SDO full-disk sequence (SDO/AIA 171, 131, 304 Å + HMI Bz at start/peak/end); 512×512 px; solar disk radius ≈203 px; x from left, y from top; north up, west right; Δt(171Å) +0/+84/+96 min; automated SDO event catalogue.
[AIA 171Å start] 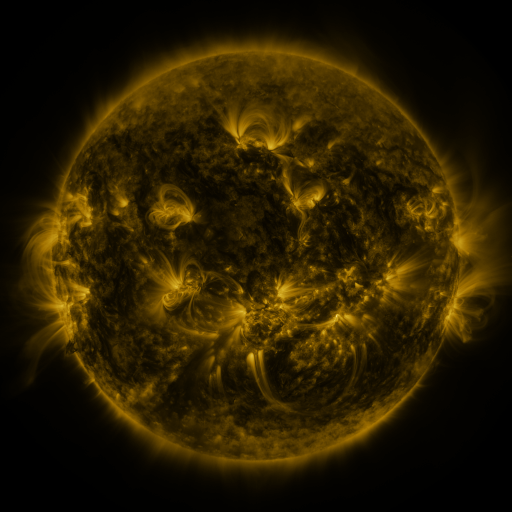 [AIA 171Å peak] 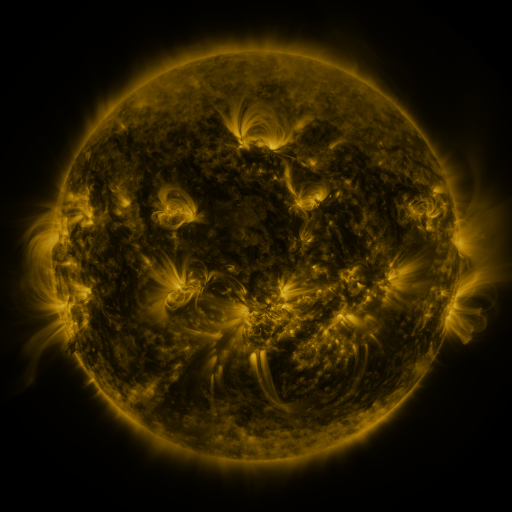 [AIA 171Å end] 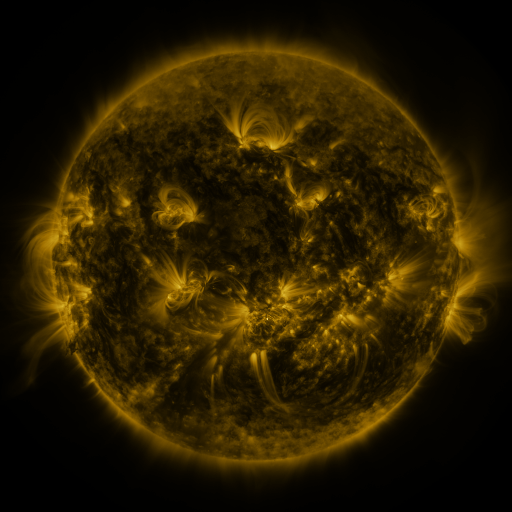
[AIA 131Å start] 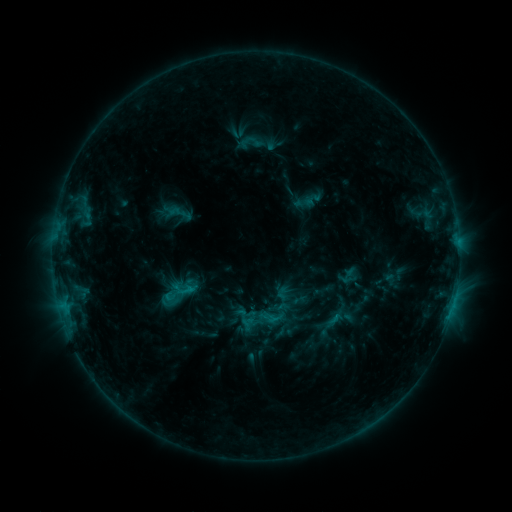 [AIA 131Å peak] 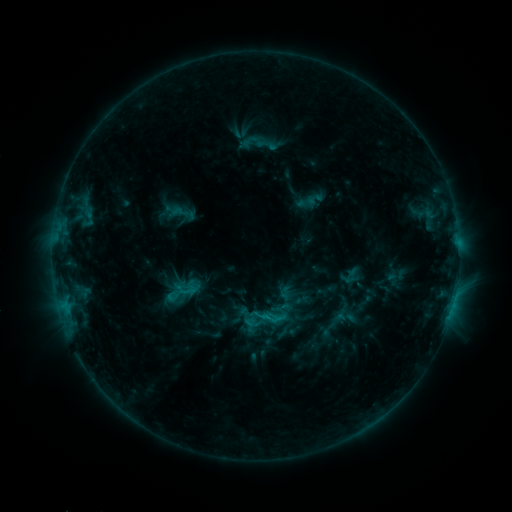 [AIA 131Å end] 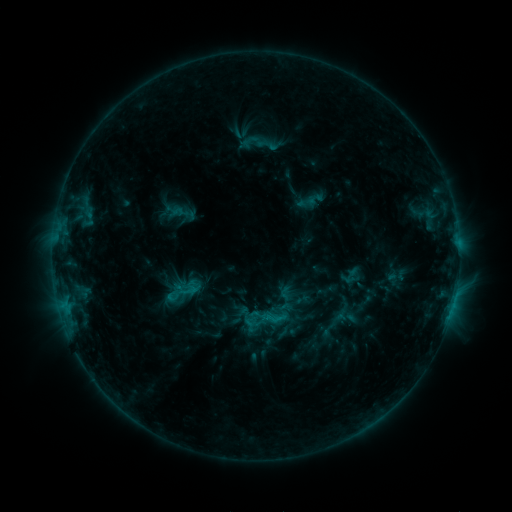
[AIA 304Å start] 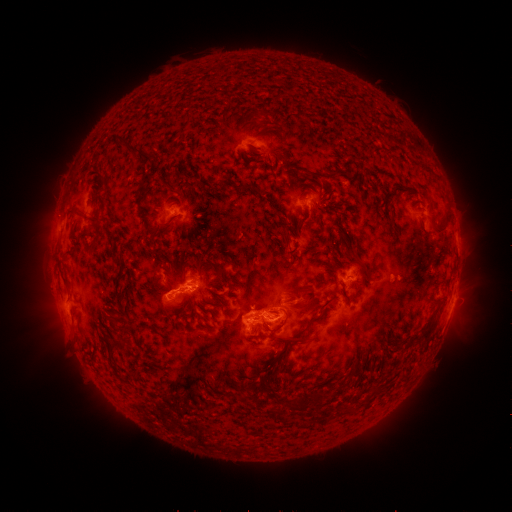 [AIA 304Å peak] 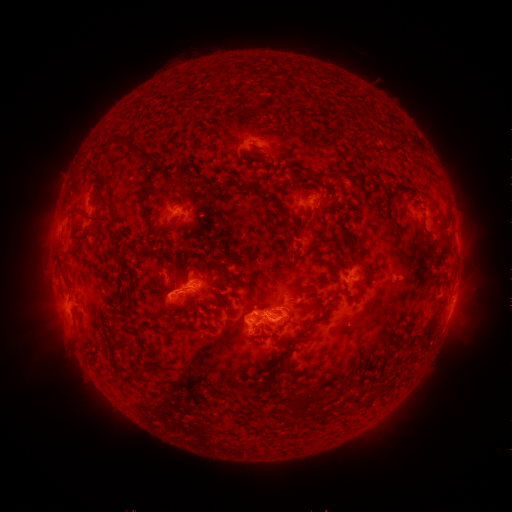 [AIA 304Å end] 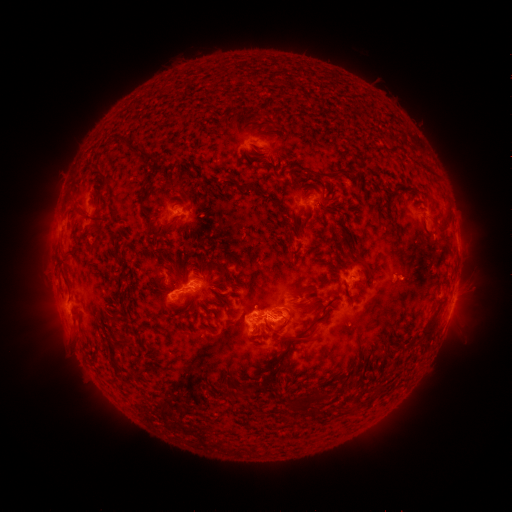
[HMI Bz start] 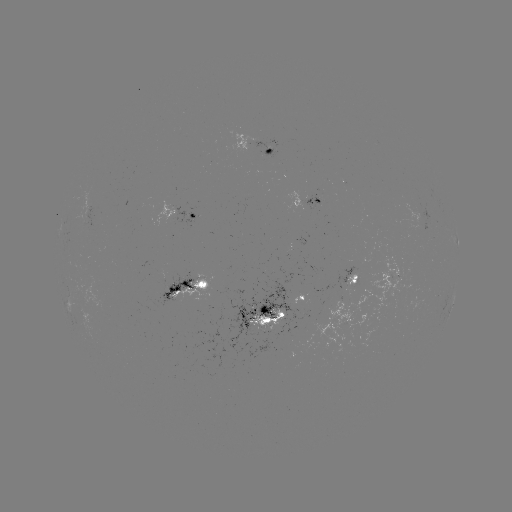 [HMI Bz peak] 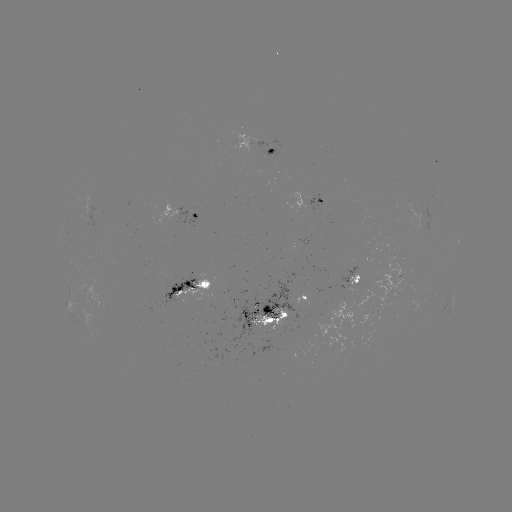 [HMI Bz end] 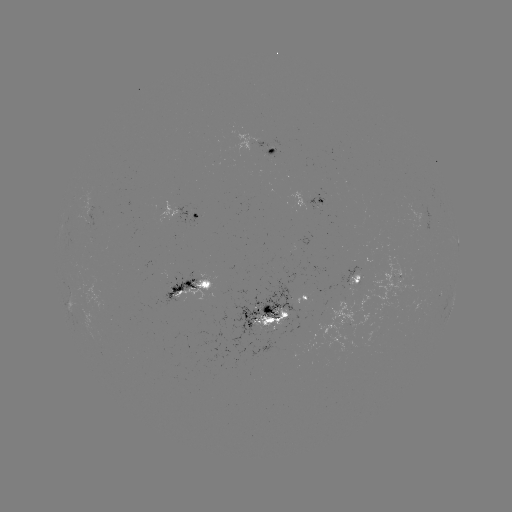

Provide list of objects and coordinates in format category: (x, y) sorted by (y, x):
emerging-flux region: (306, 307)
